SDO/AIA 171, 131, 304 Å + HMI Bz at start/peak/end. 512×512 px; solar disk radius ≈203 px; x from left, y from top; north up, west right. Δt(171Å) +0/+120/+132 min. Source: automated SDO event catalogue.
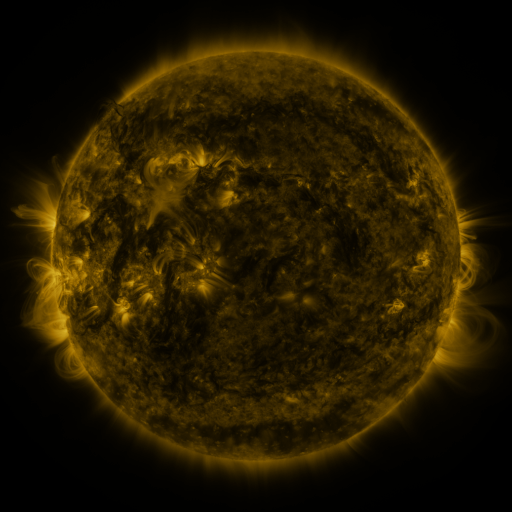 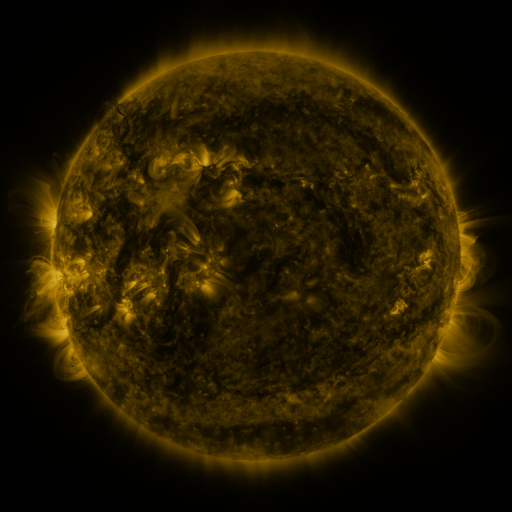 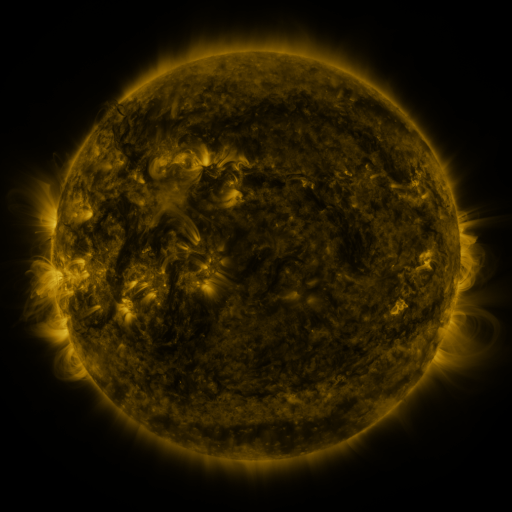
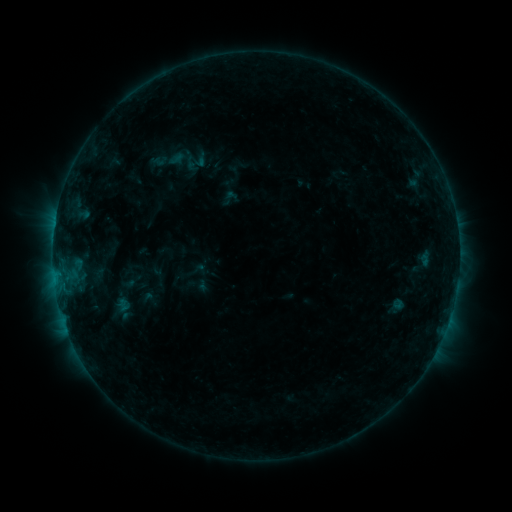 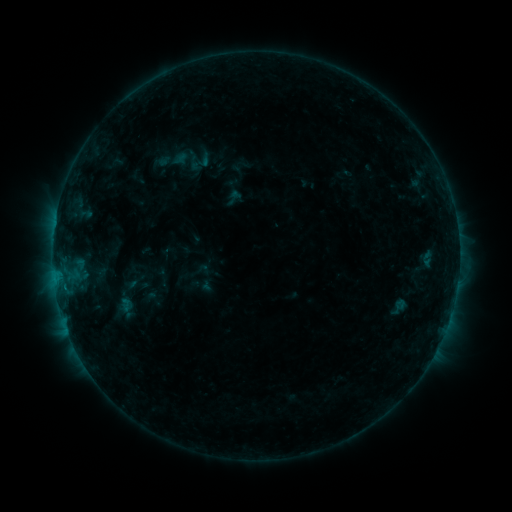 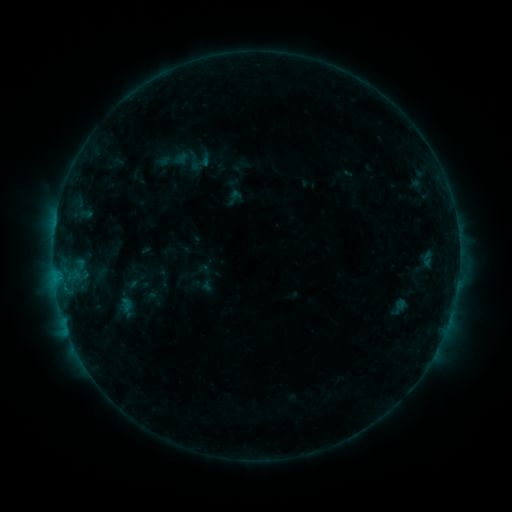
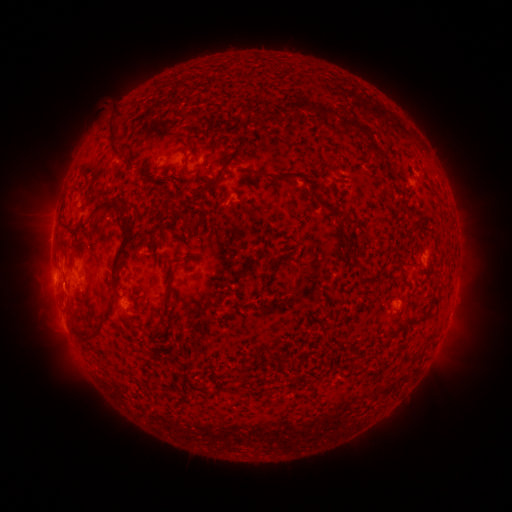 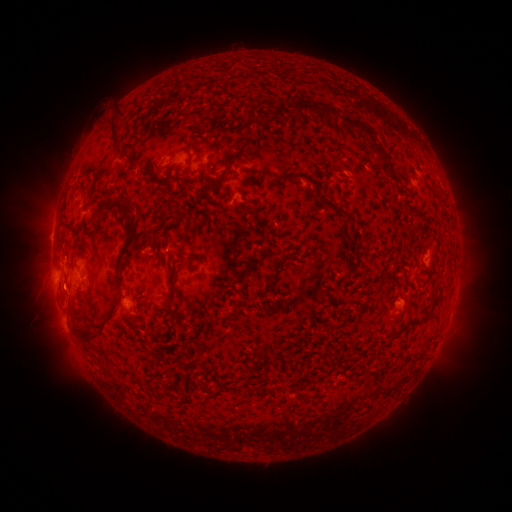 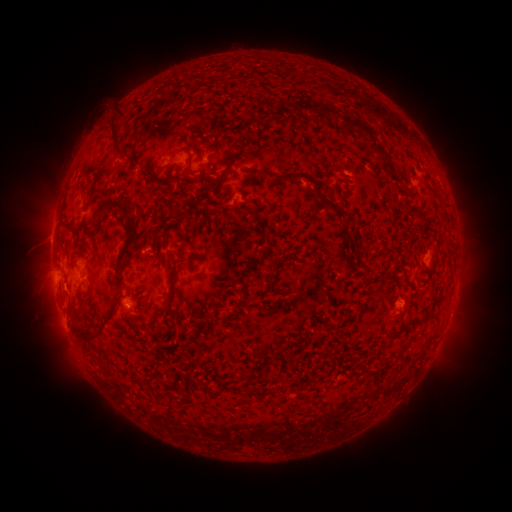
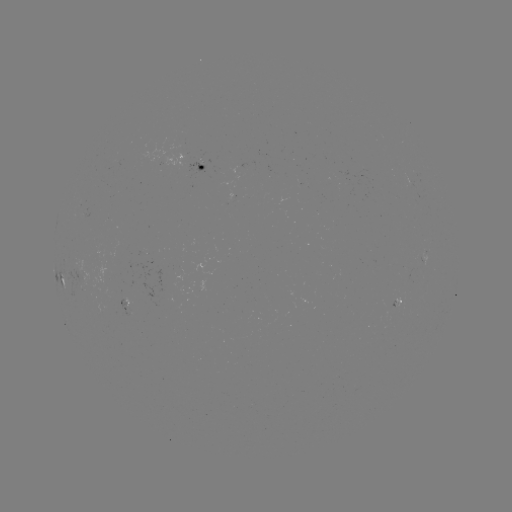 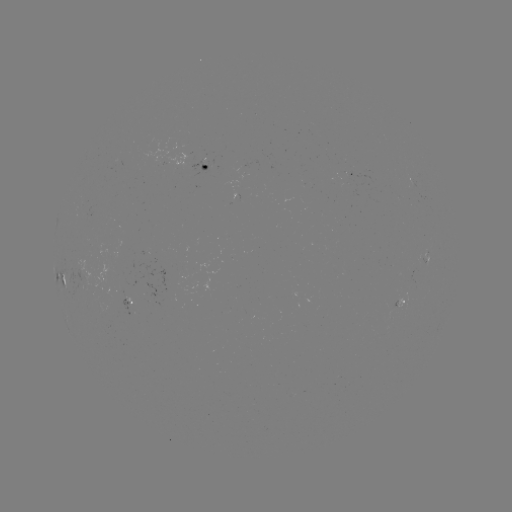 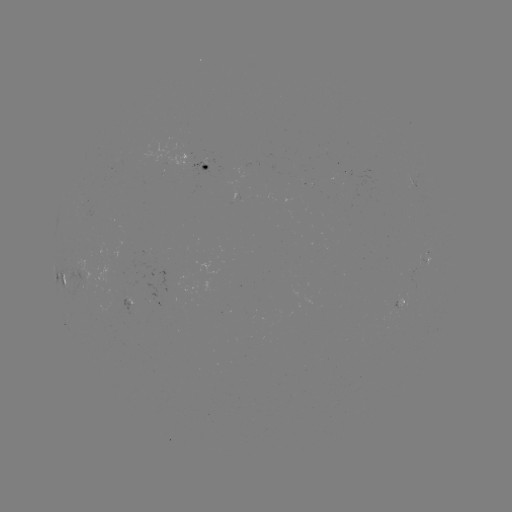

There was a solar emerging-flux region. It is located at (236, 197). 